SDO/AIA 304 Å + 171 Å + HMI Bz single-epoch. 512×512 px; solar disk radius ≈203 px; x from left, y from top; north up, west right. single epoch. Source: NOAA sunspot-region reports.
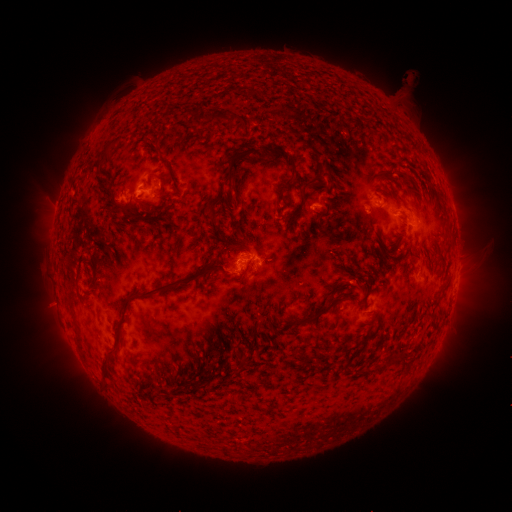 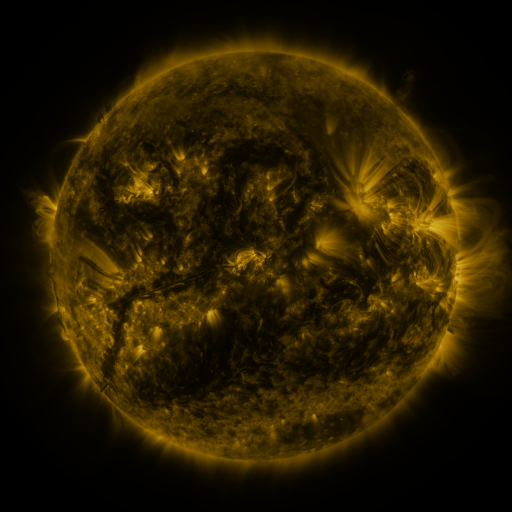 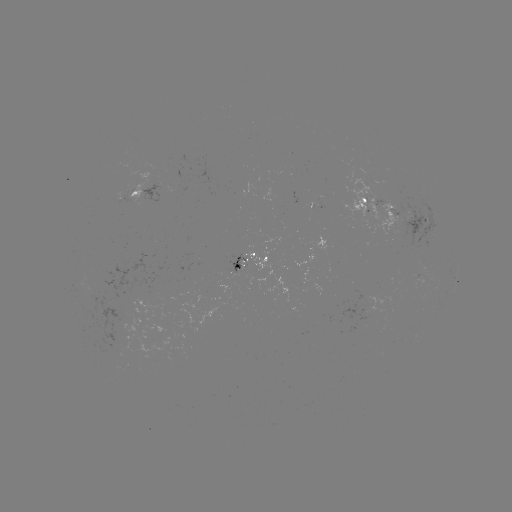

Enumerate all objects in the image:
spotted active region: (145, 188)
spotted active region: (395, 208)
spotted active region: (252, 258)
